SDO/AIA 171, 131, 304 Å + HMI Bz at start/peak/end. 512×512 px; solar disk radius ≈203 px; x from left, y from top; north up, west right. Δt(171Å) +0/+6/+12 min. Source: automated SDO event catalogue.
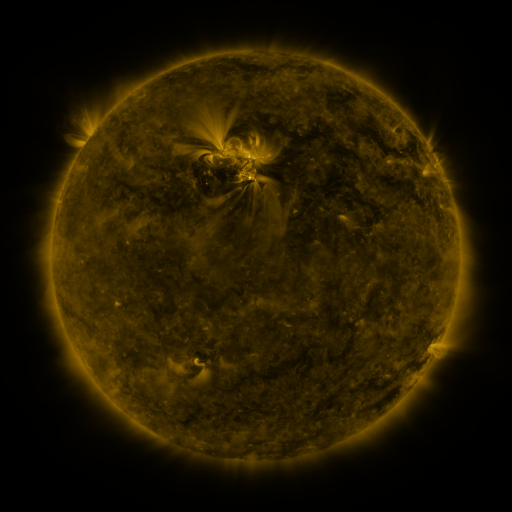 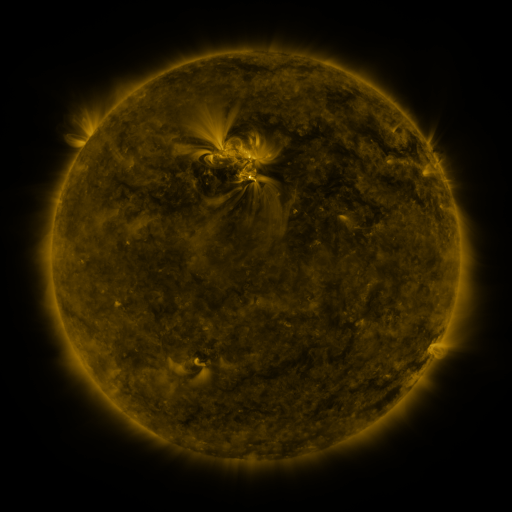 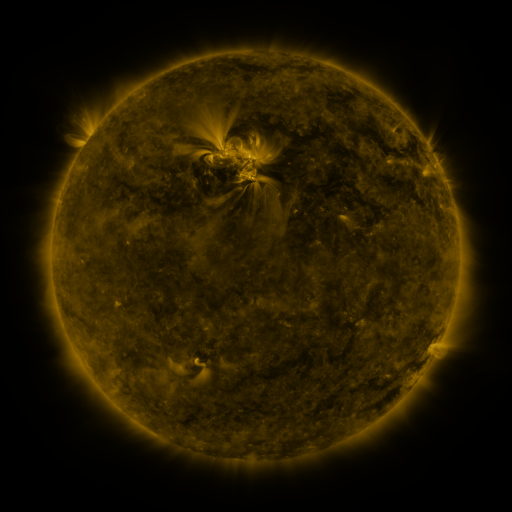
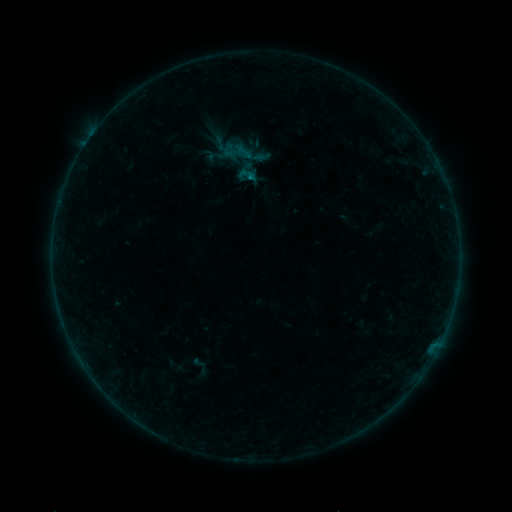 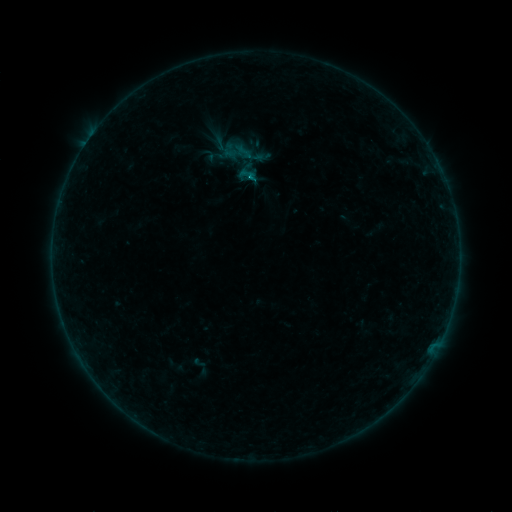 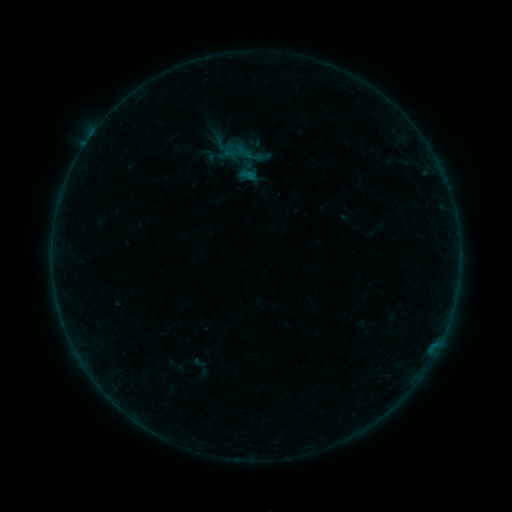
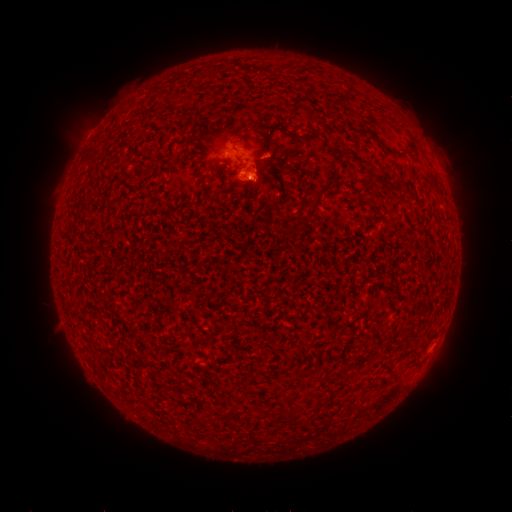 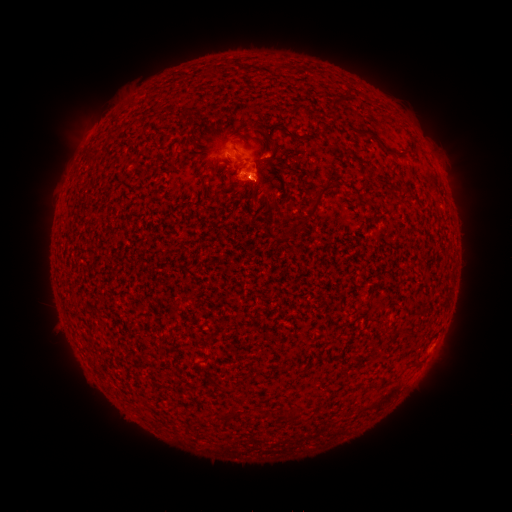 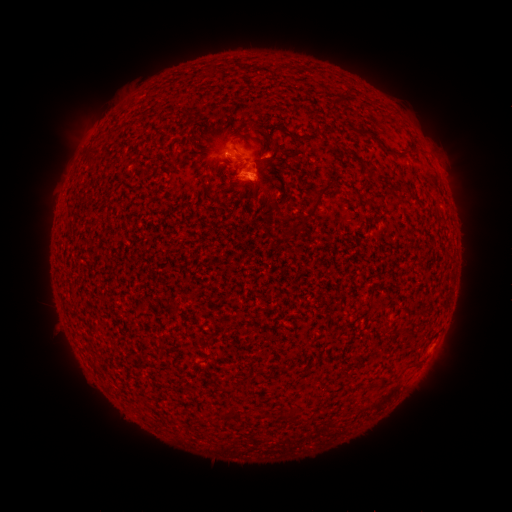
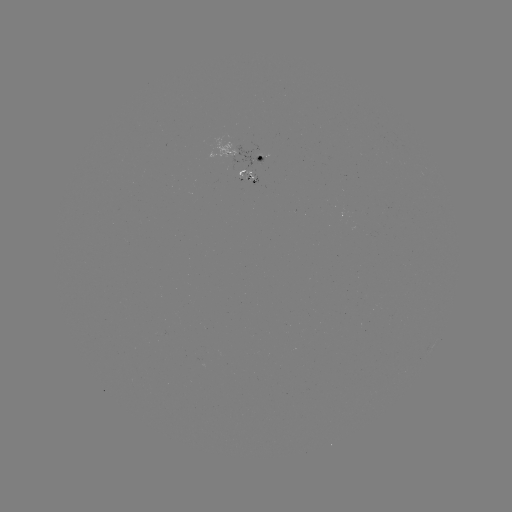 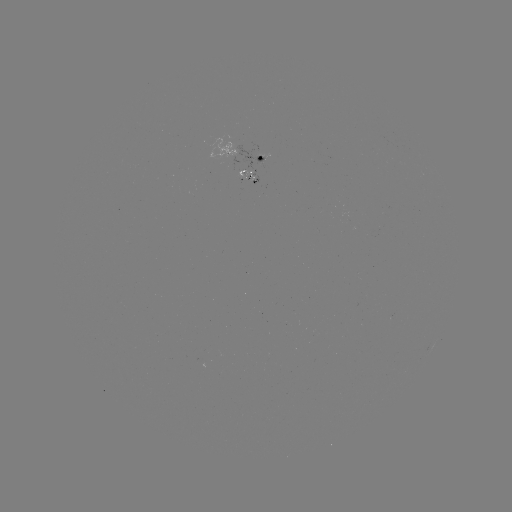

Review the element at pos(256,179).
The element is B3.9 flare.